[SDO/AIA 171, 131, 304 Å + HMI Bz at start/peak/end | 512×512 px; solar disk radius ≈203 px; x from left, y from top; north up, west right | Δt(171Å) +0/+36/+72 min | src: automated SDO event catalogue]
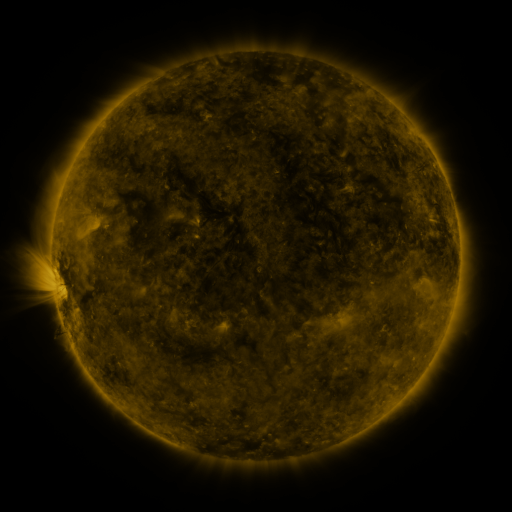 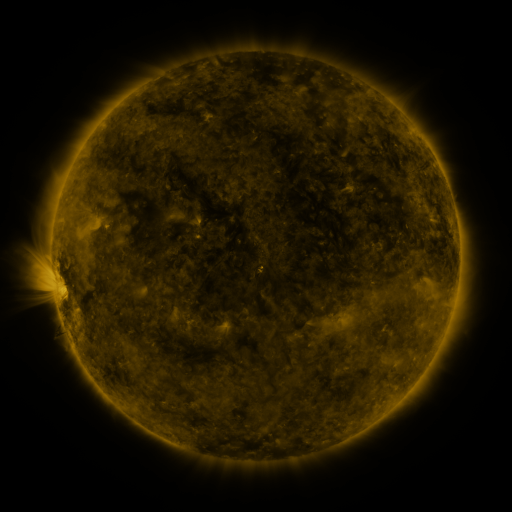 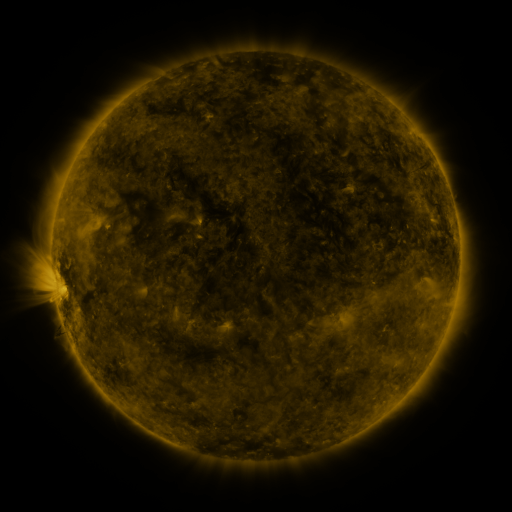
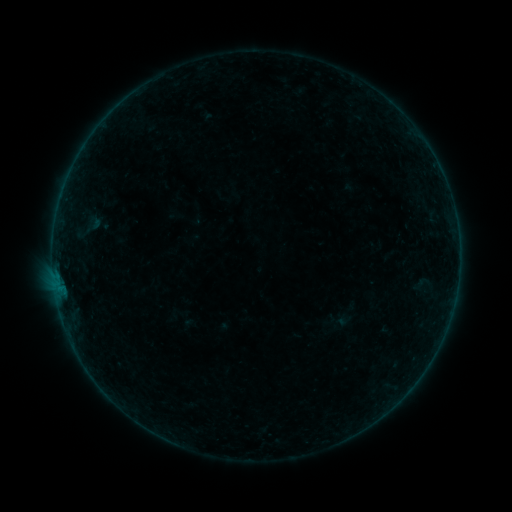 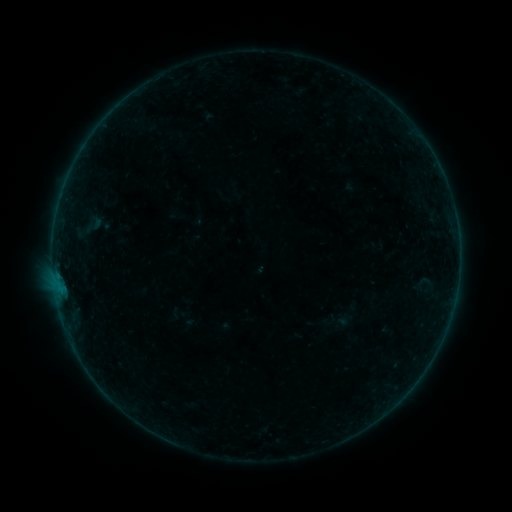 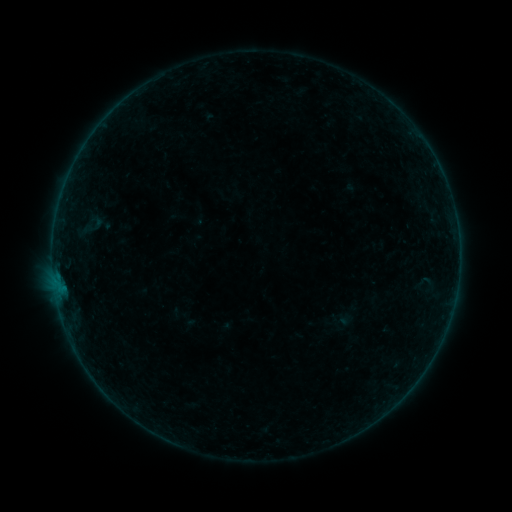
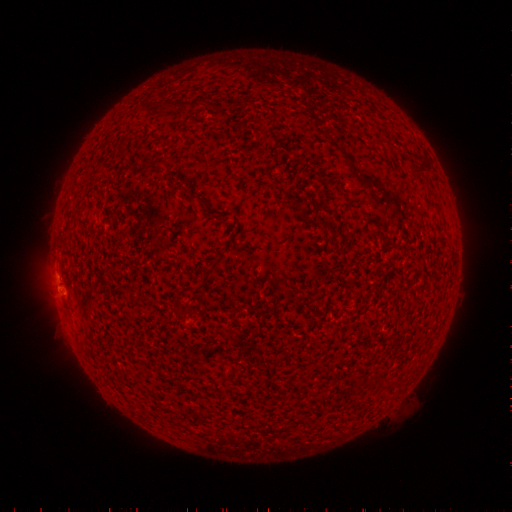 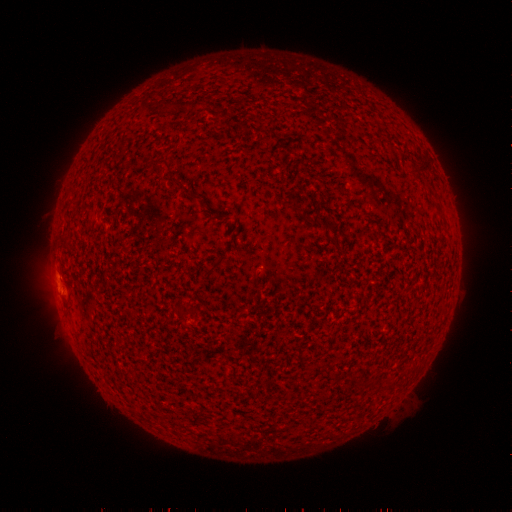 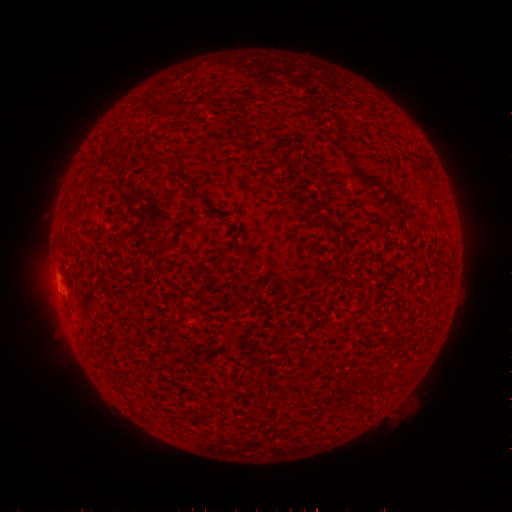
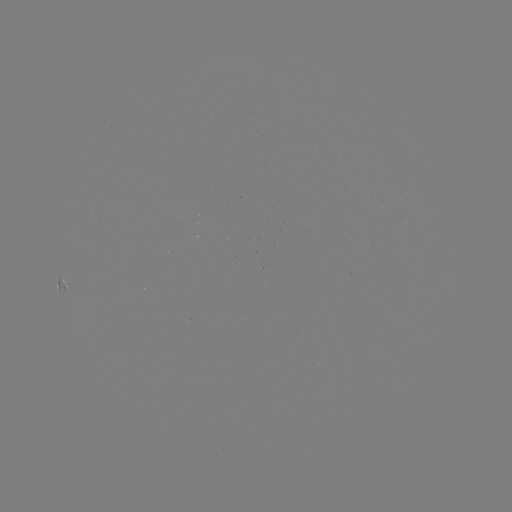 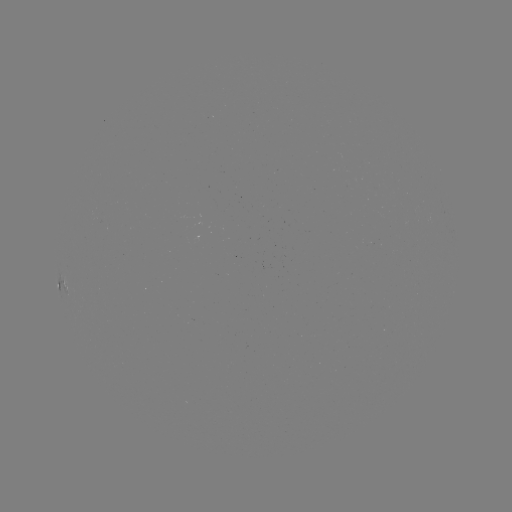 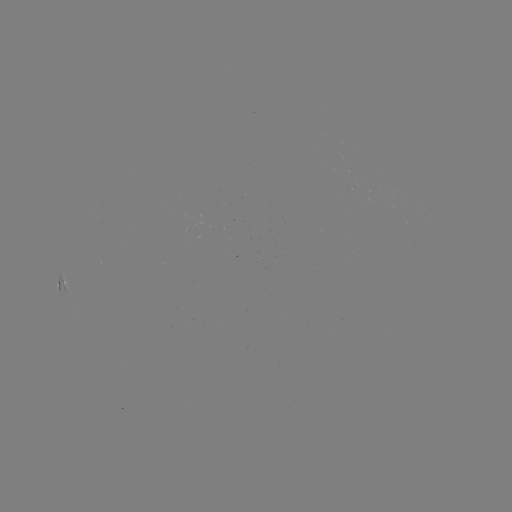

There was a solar filament eruption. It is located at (258, 268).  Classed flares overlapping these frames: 1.